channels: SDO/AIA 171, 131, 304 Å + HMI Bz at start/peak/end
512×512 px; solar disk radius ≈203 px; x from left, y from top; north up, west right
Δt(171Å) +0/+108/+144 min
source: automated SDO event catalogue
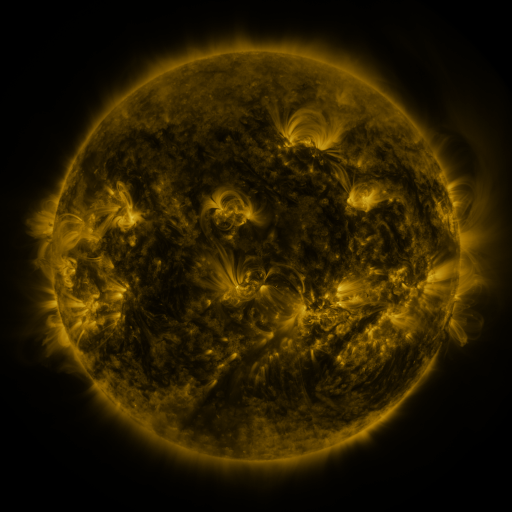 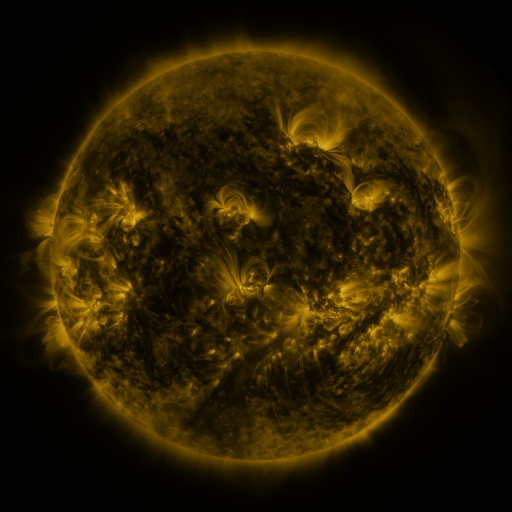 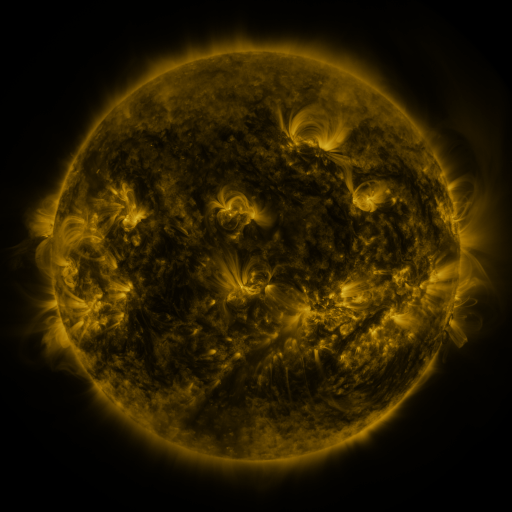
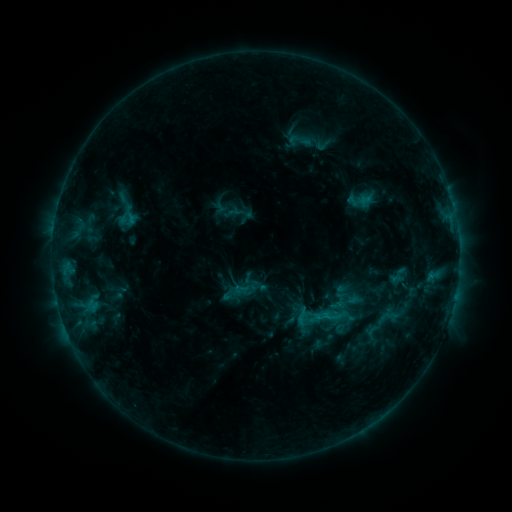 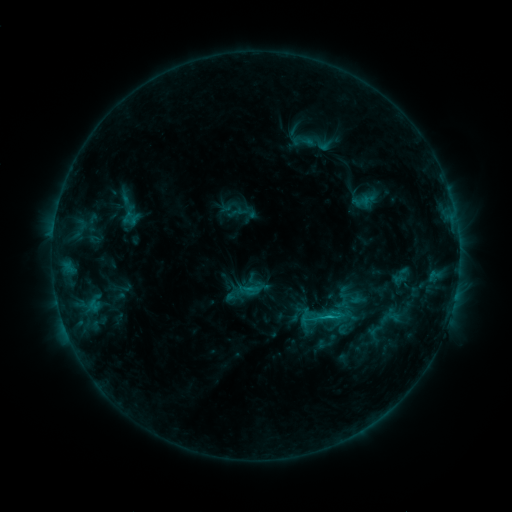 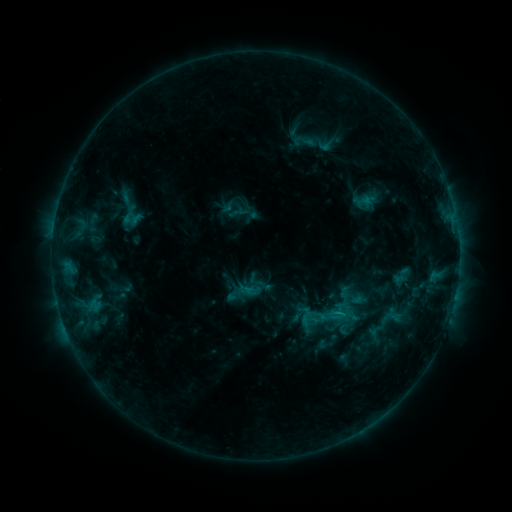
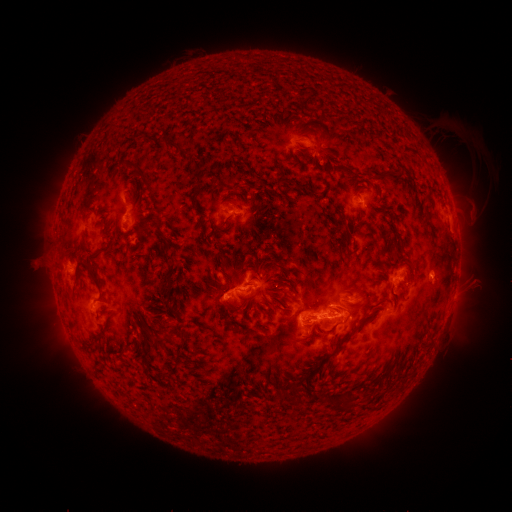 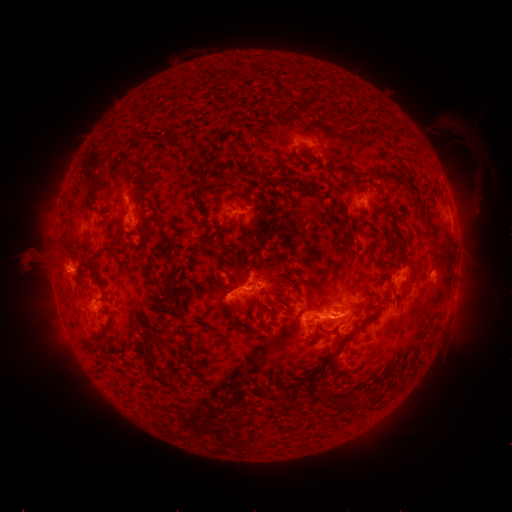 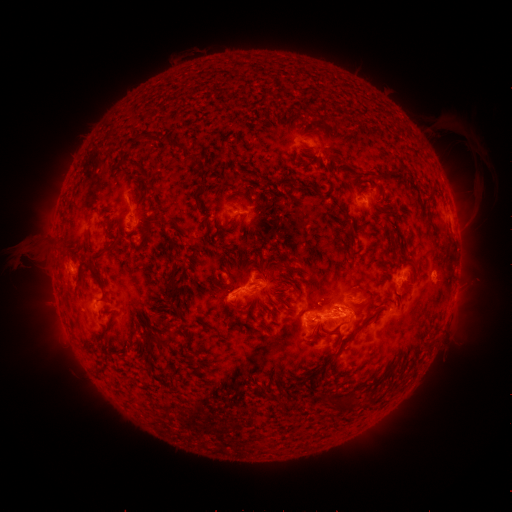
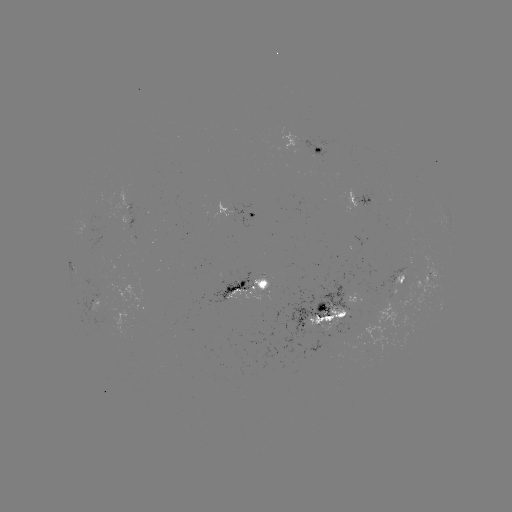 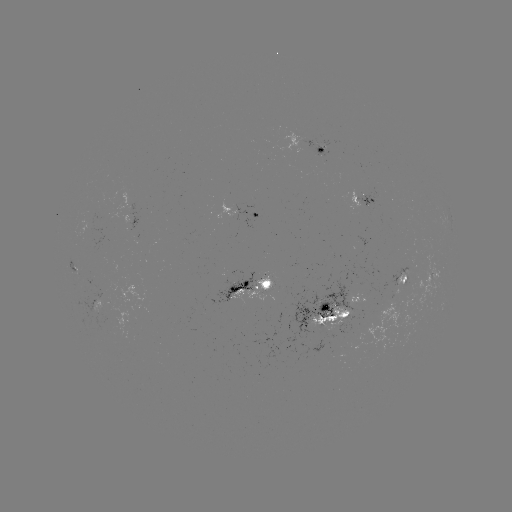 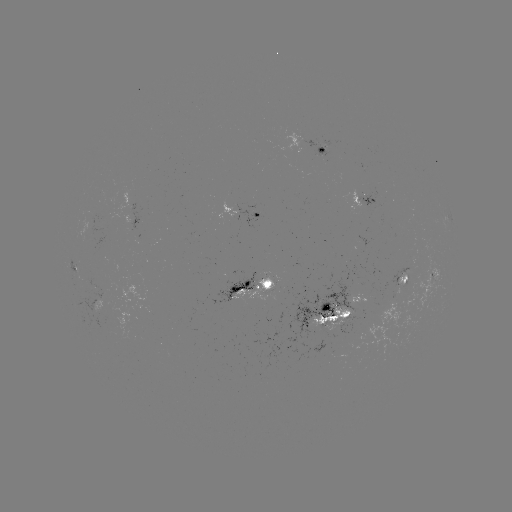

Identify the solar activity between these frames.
emerging-flux region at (90, 229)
